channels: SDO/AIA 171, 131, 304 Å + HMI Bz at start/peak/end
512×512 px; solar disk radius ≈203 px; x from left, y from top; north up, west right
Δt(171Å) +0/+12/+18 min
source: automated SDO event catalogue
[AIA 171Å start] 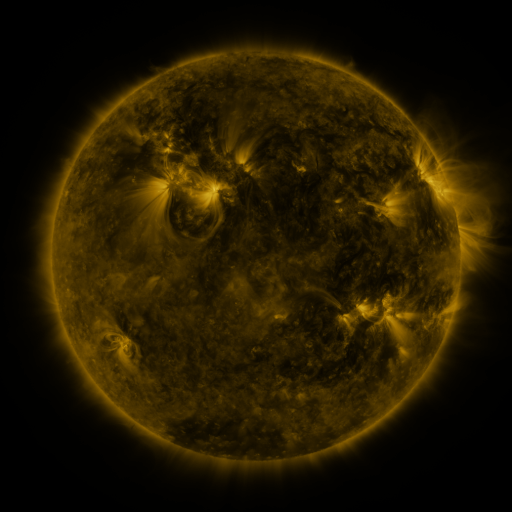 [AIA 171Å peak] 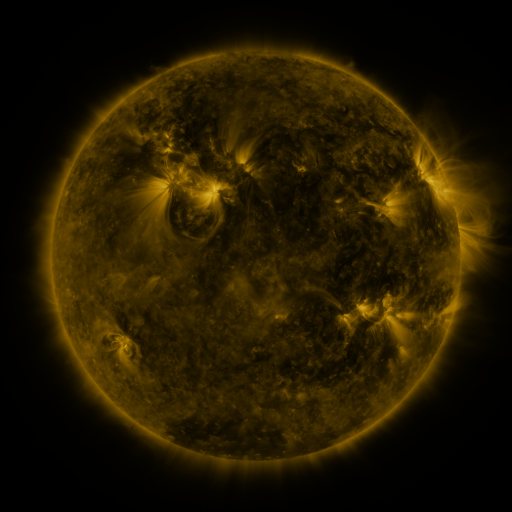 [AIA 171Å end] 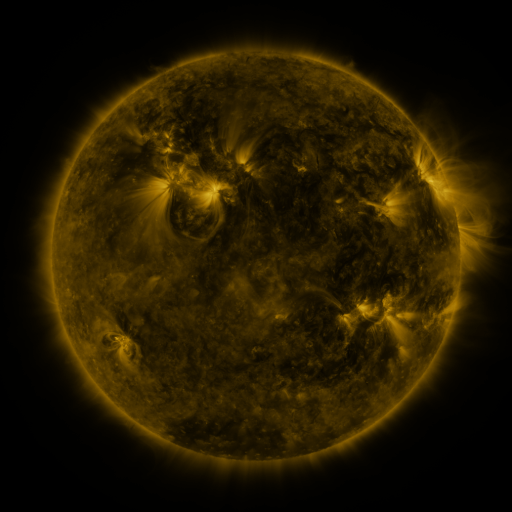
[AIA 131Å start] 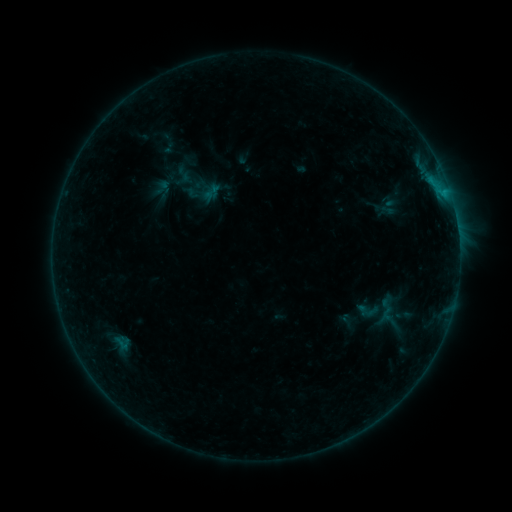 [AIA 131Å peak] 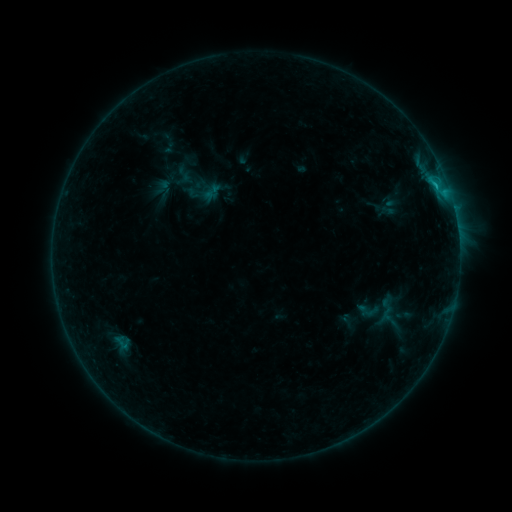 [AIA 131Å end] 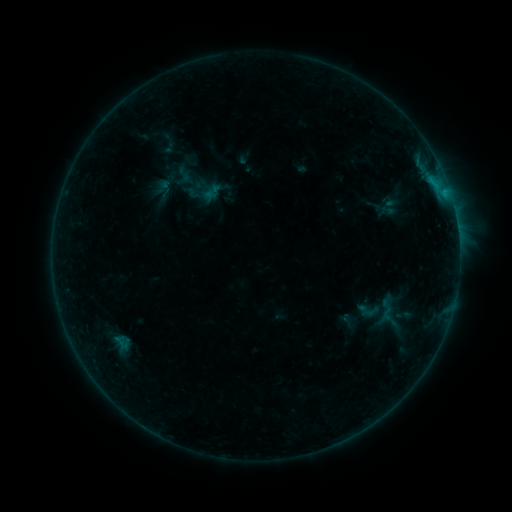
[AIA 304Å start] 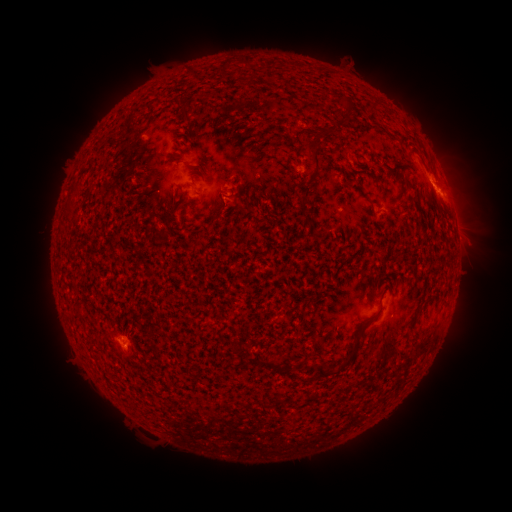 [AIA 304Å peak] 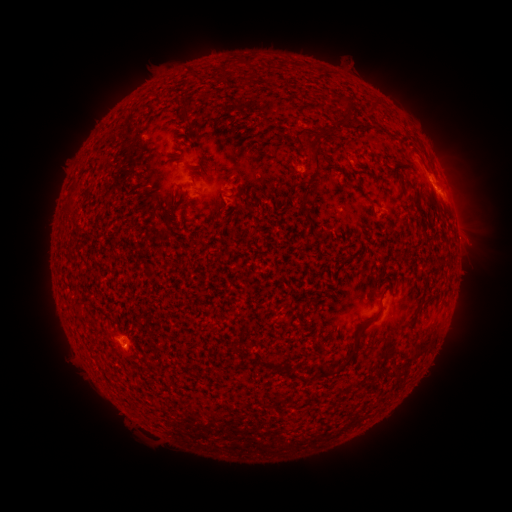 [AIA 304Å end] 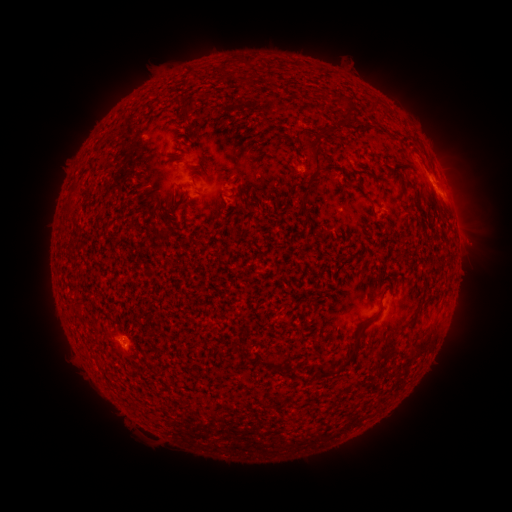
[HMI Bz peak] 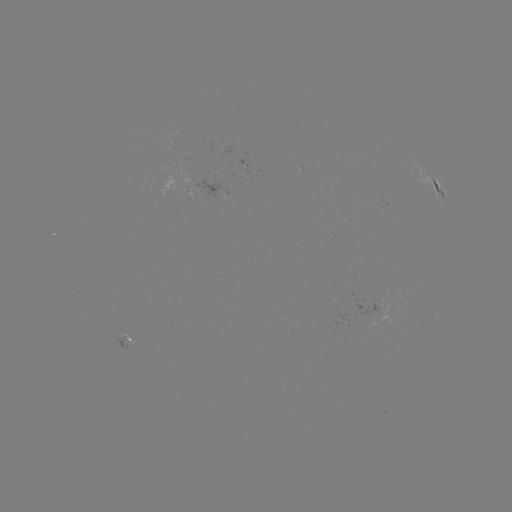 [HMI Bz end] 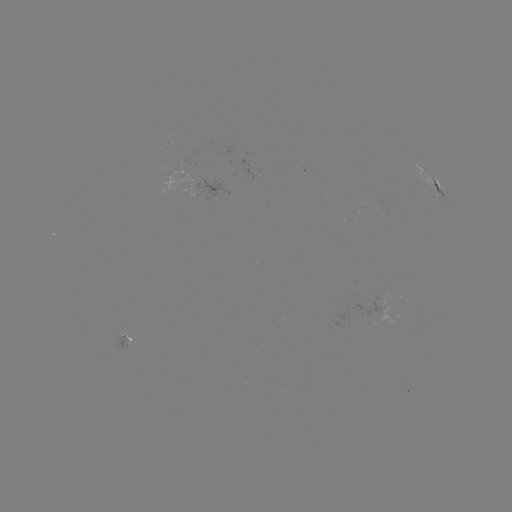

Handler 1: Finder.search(B7.8 flare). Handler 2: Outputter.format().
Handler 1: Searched B7.8 flare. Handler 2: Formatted (118, 336).